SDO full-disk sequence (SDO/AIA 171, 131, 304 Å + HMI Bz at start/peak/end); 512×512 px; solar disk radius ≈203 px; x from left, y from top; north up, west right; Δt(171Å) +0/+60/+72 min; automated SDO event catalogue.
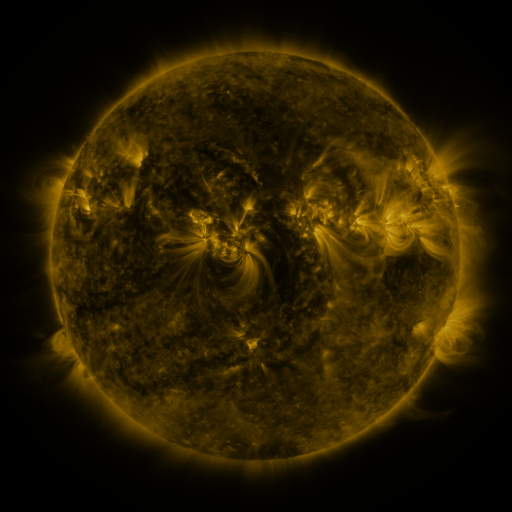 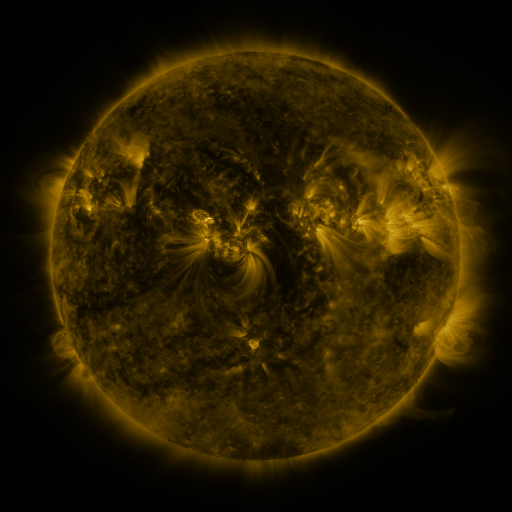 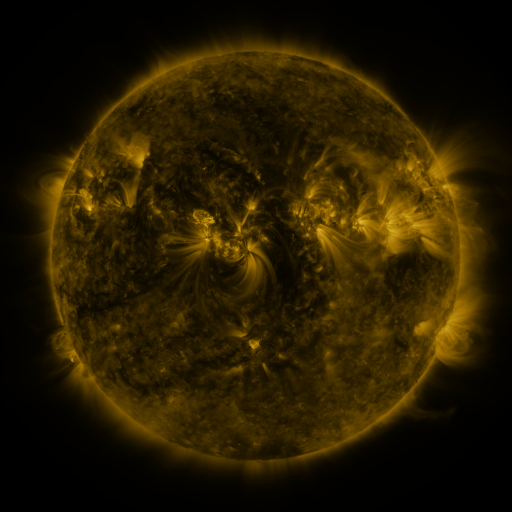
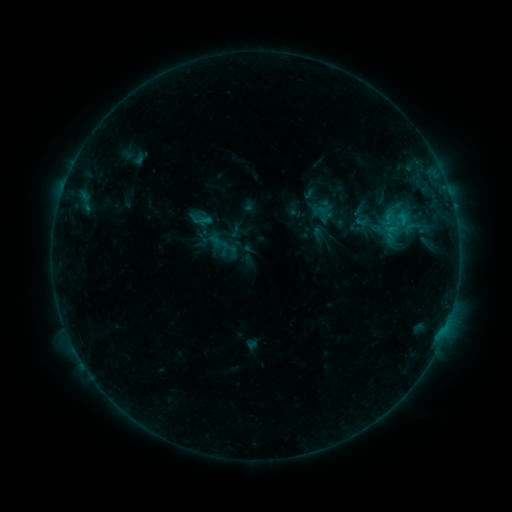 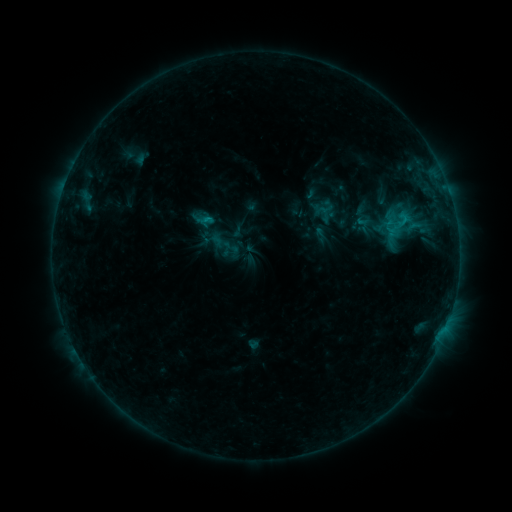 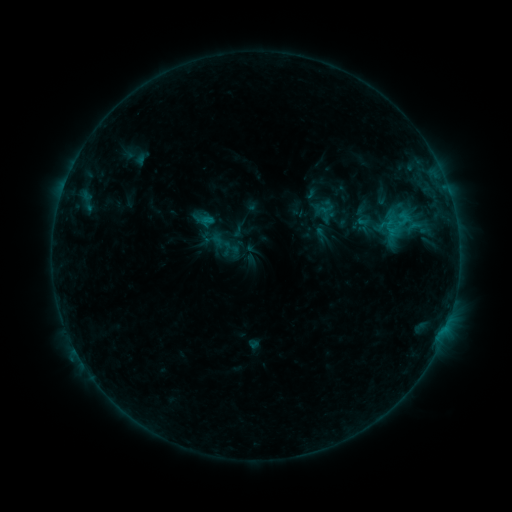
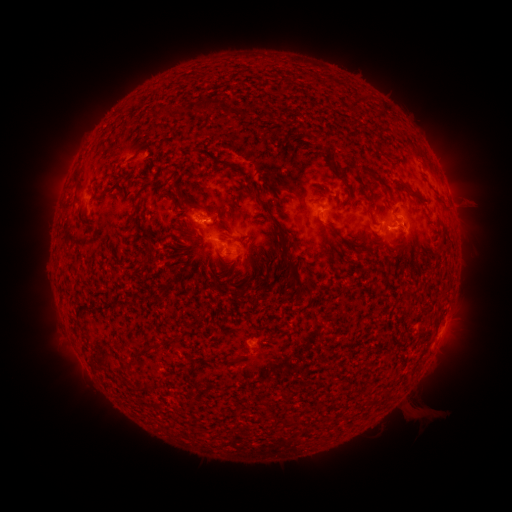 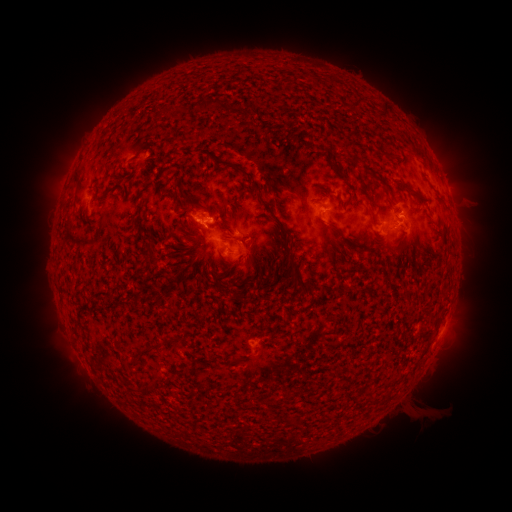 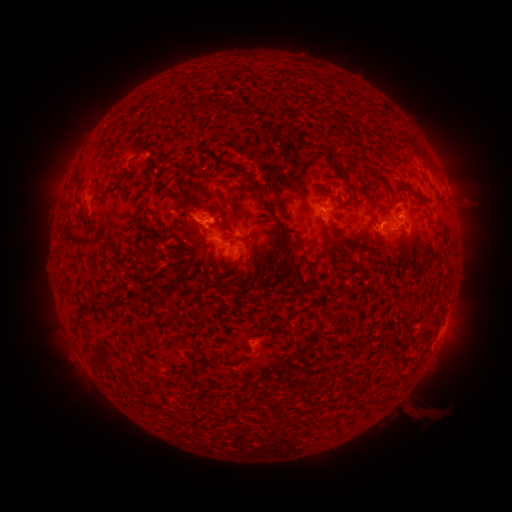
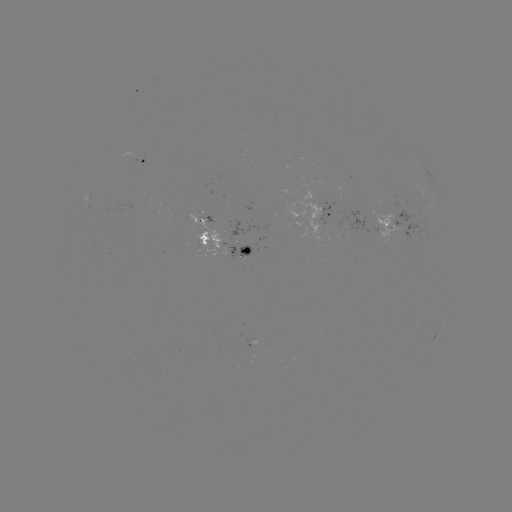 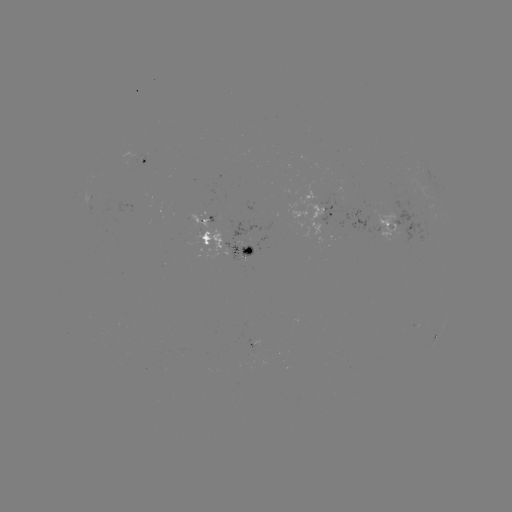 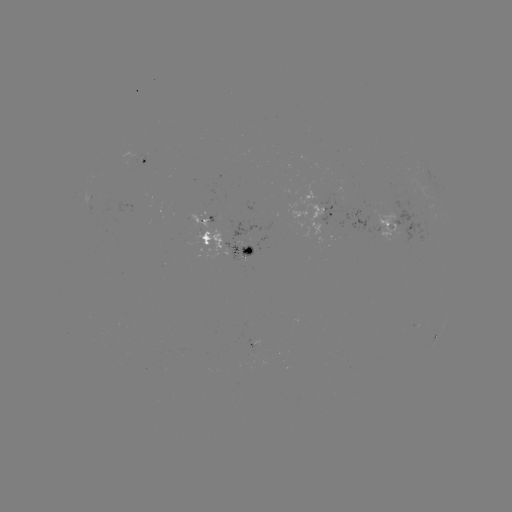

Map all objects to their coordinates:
emerging-flux region: (241, 246)
